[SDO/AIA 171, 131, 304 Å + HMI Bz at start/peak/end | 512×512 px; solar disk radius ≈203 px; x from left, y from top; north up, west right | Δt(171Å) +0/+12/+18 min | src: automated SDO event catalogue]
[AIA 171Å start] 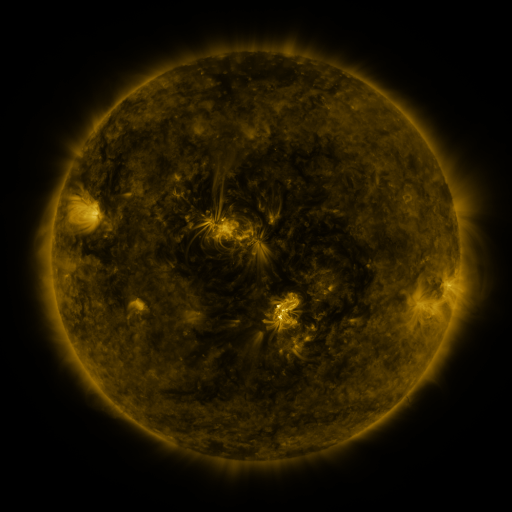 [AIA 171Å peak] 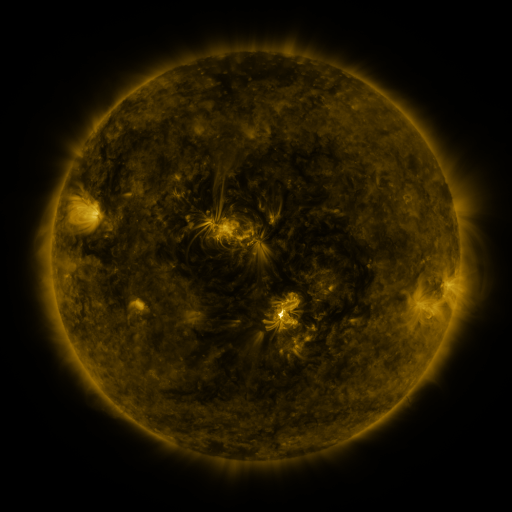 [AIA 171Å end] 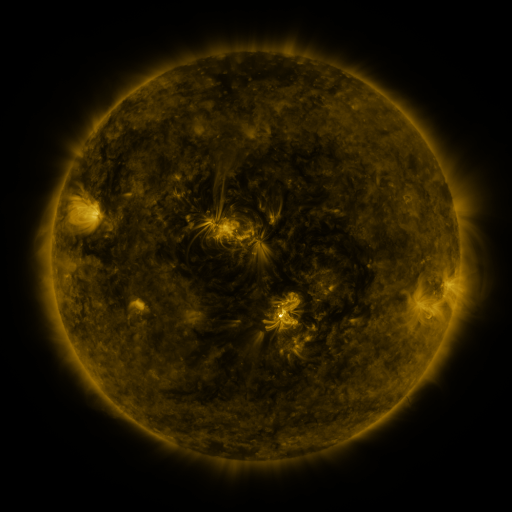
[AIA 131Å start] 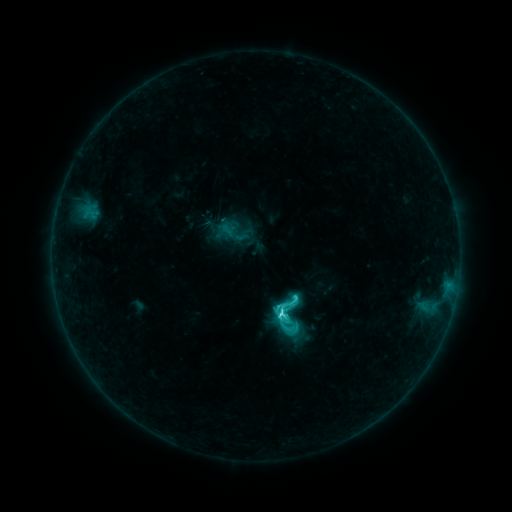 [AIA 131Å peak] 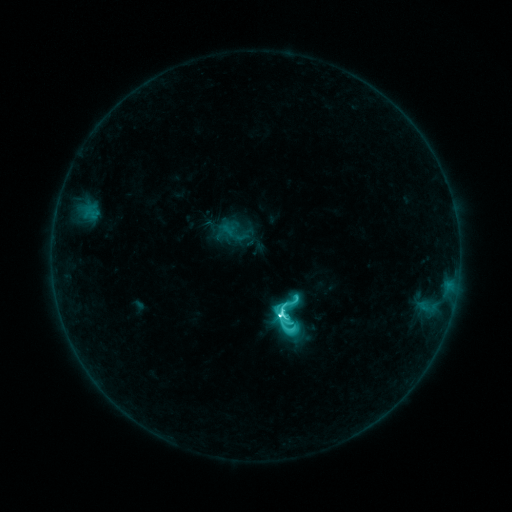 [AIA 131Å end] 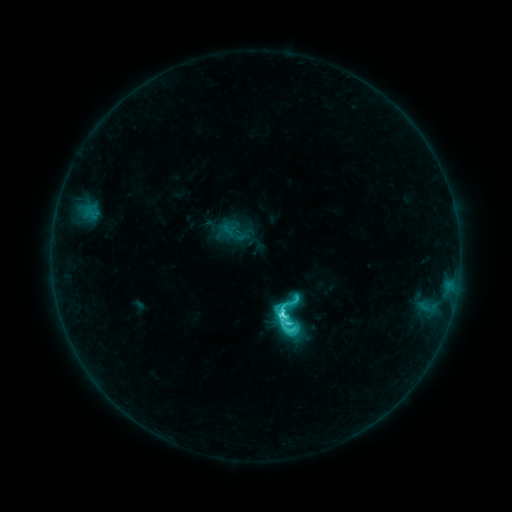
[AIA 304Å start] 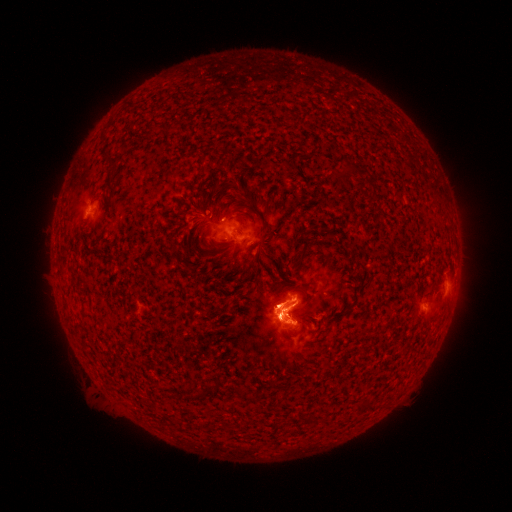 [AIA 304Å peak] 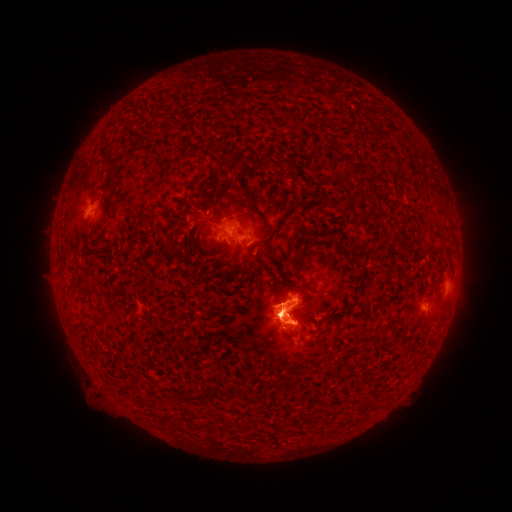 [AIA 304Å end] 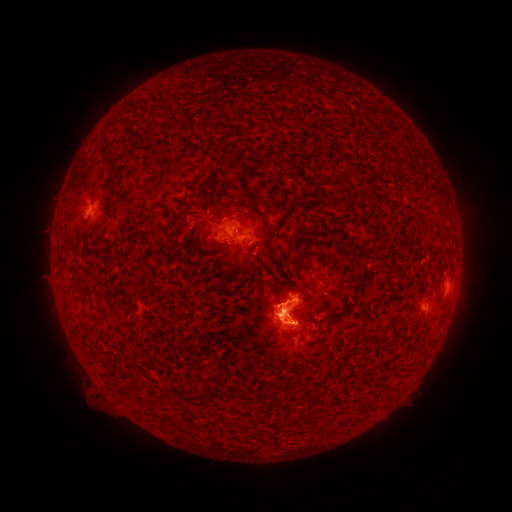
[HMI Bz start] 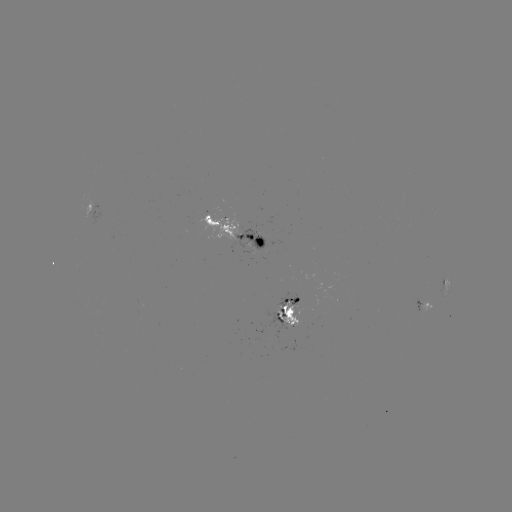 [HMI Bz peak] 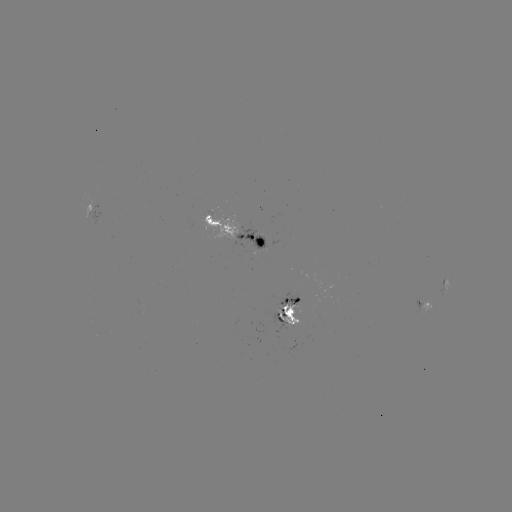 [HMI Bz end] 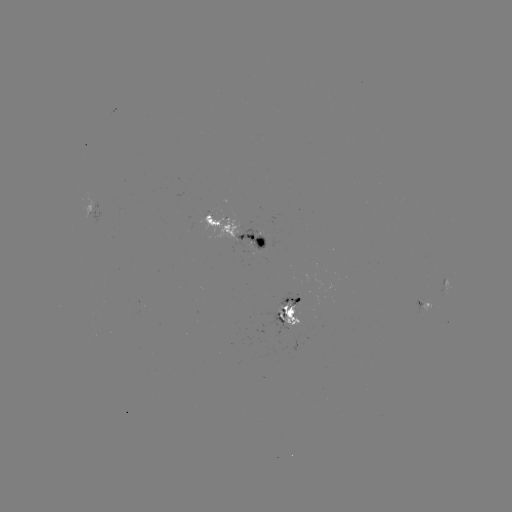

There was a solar flare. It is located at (280, 316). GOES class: C8.3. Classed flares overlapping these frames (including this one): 2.